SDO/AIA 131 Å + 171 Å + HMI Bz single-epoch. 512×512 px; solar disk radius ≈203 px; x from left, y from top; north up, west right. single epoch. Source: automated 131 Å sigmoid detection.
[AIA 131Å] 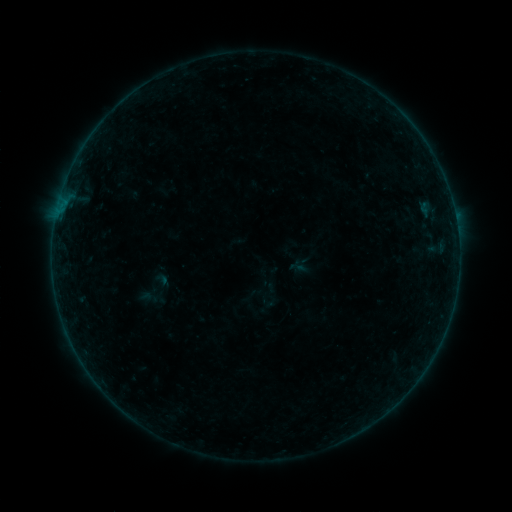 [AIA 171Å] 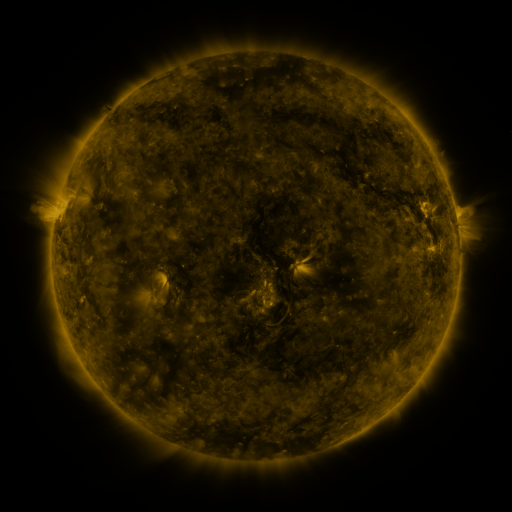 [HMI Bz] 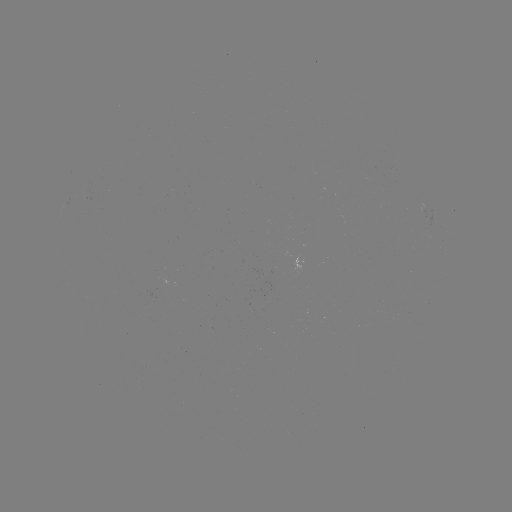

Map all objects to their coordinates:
sigmoid: (303, 265)
